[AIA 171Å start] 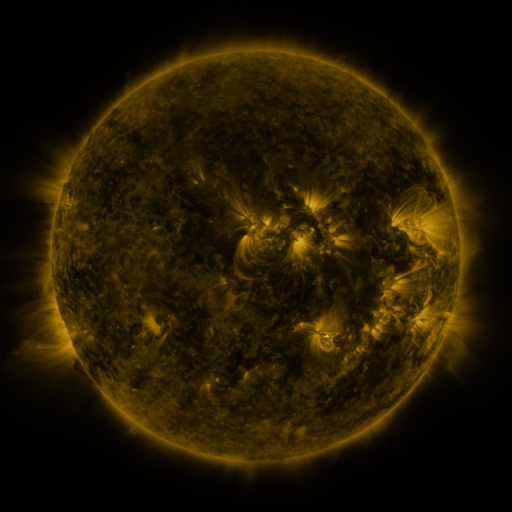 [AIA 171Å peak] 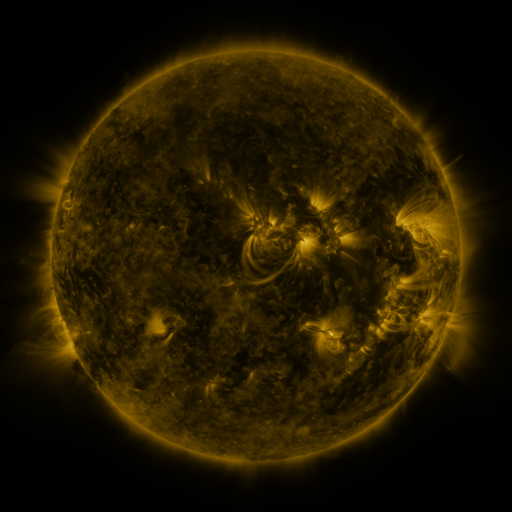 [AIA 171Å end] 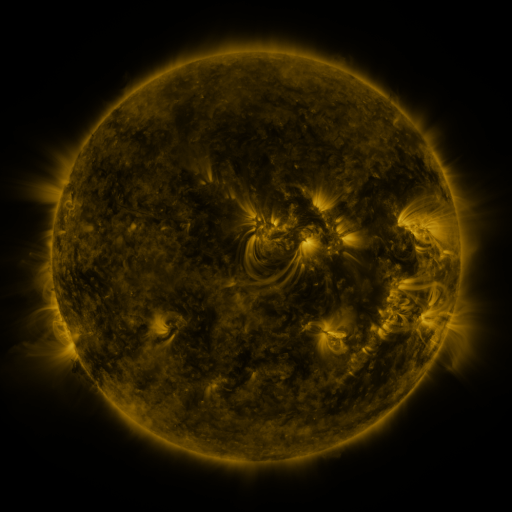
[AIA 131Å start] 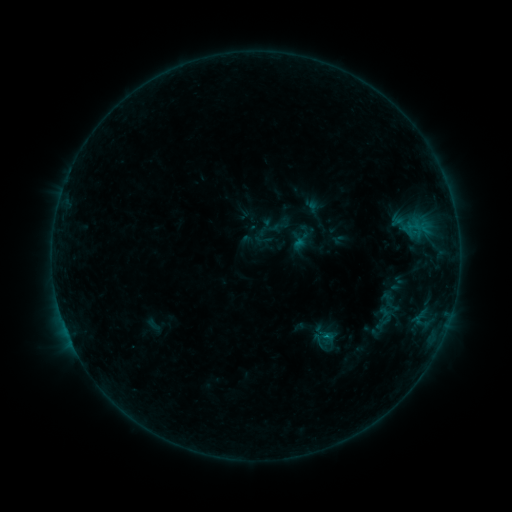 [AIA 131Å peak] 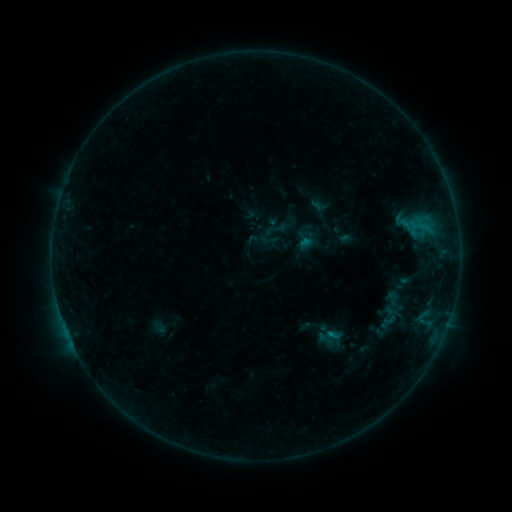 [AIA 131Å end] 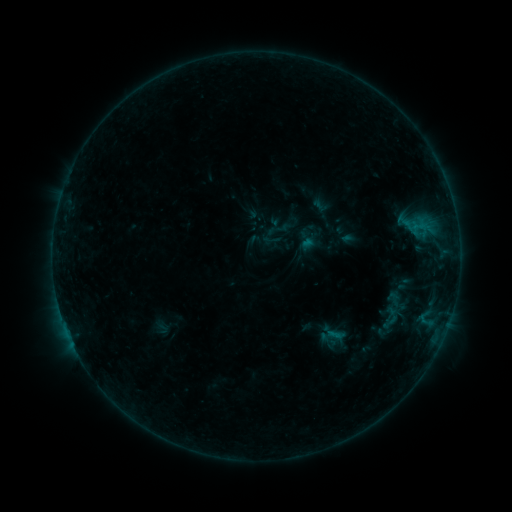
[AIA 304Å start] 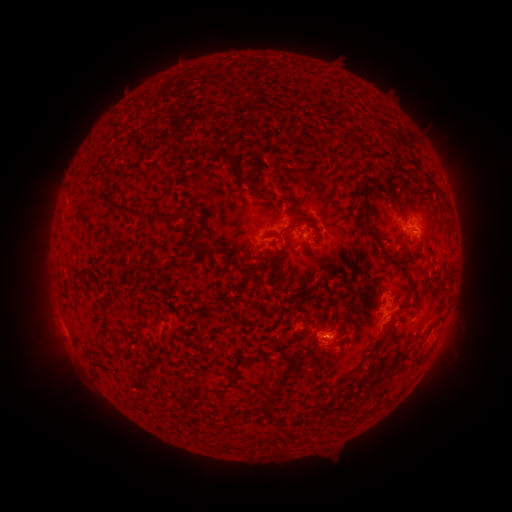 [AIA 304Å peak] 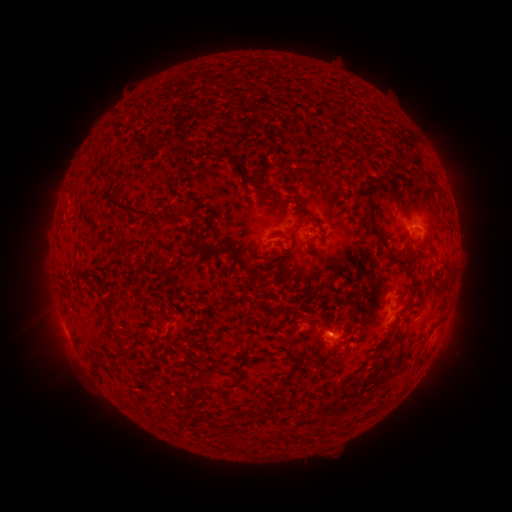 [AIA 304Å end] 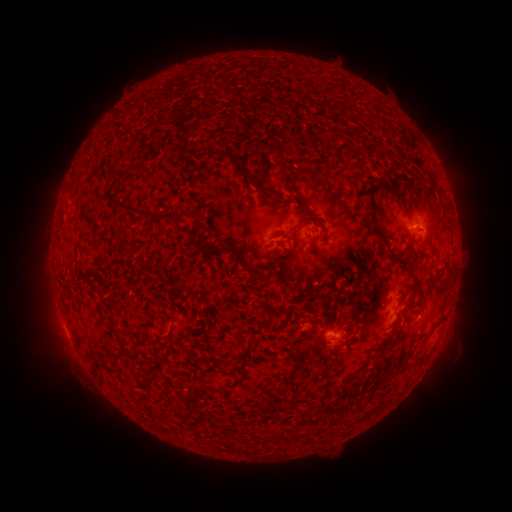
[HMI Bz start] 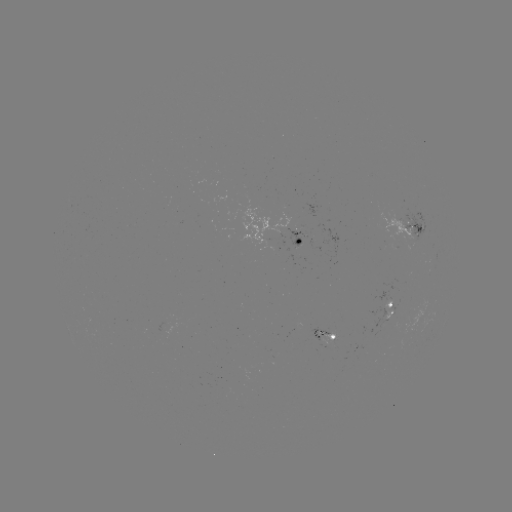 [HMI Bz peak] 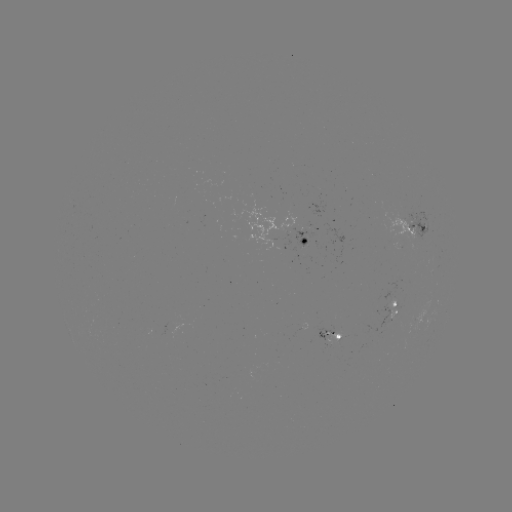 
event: emerging-flux region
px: (304, 243)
